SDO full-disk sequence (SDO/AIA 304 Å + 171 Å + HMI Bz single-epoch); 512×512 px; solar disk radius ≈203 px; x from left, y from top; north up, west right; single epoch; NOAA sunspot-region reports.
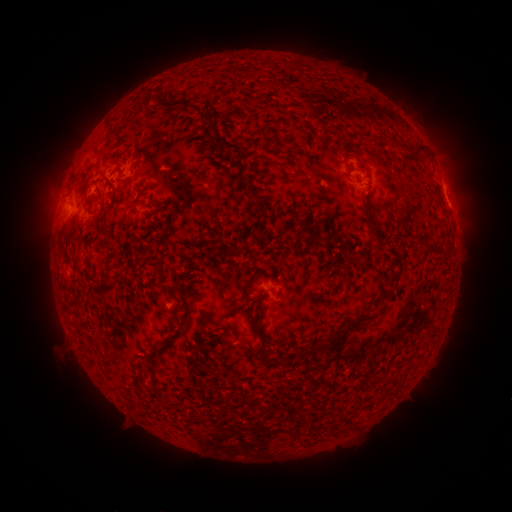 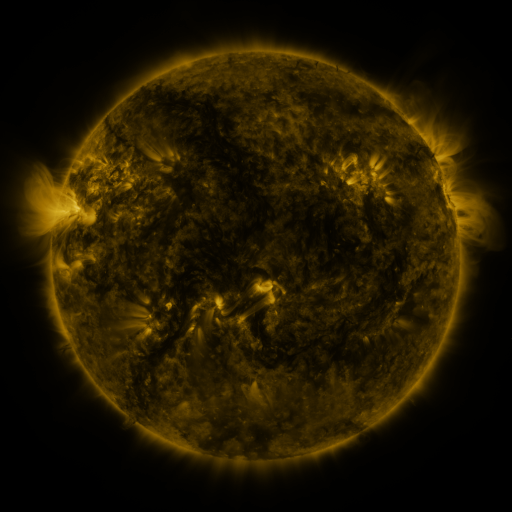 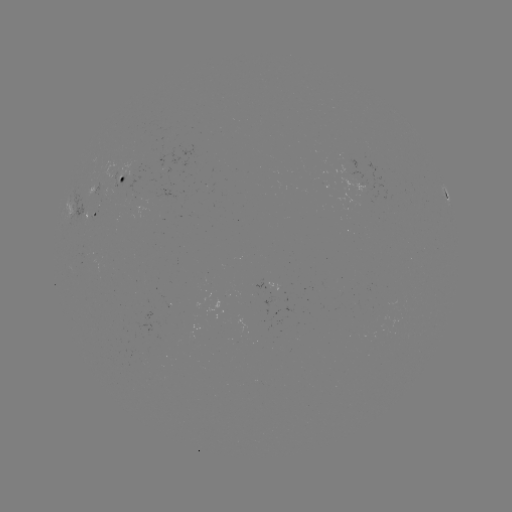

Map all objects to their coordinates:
spotted active region: (126, 175)
spotted active region: (448, 198)
spotted active region: (96, 212)
